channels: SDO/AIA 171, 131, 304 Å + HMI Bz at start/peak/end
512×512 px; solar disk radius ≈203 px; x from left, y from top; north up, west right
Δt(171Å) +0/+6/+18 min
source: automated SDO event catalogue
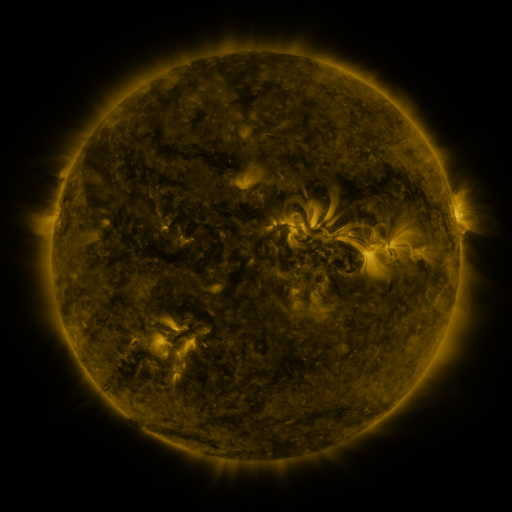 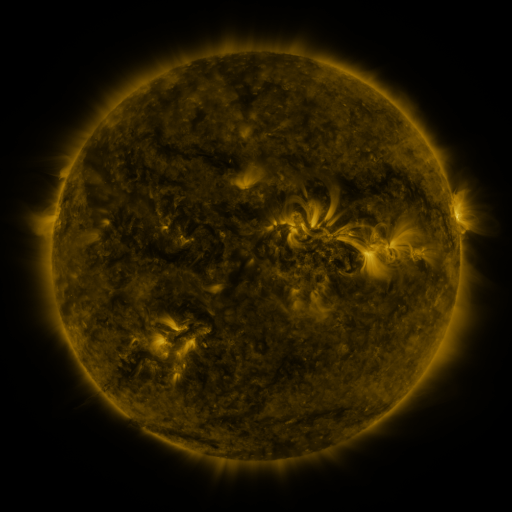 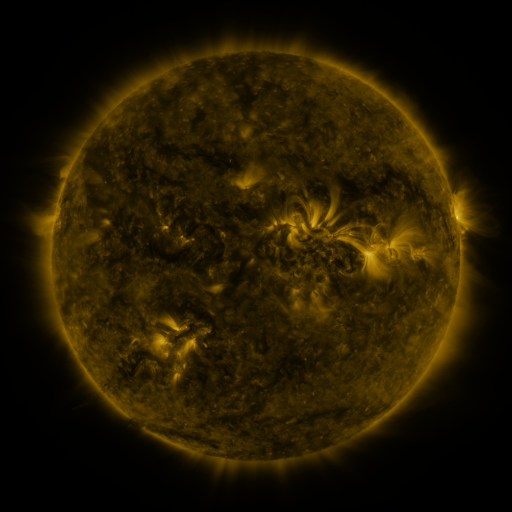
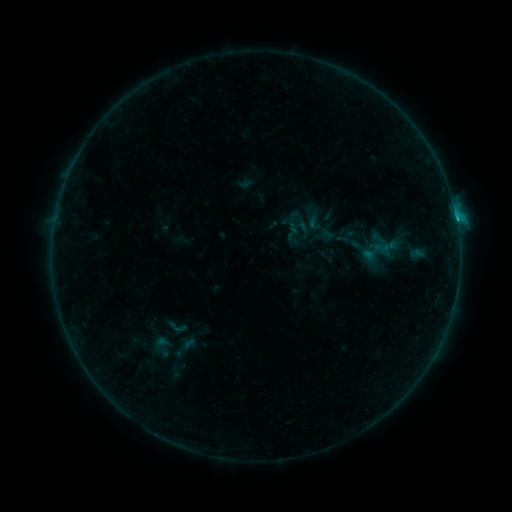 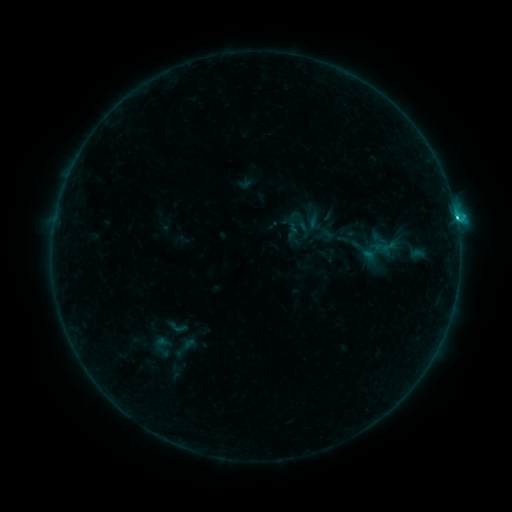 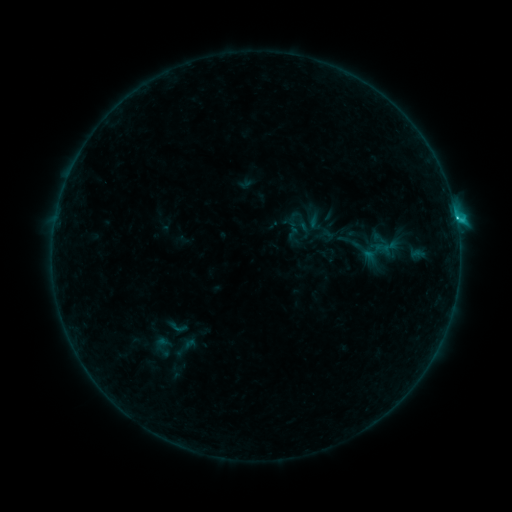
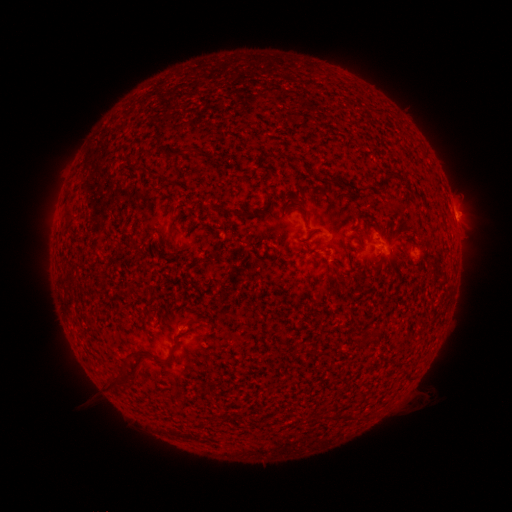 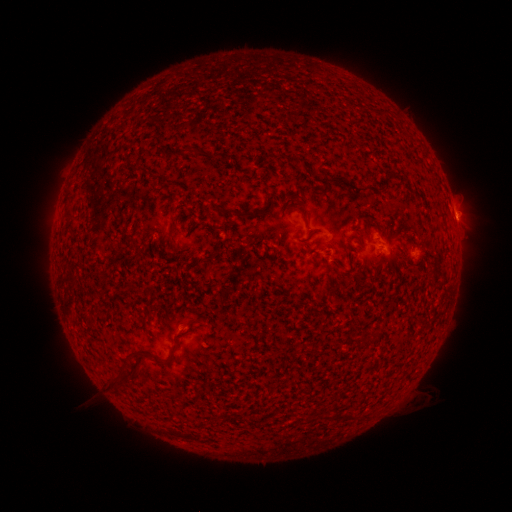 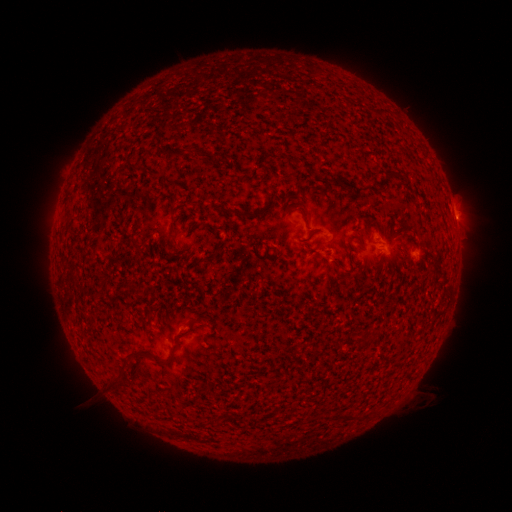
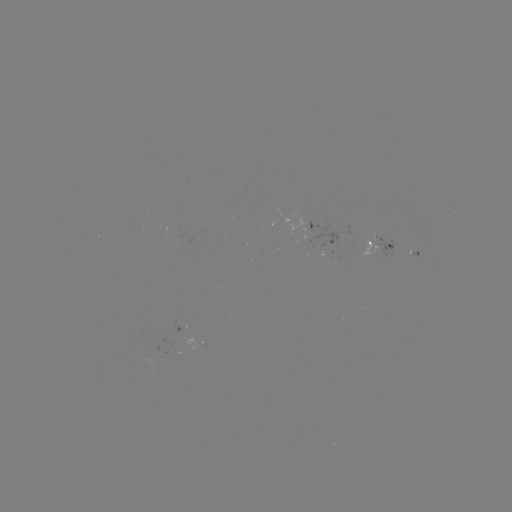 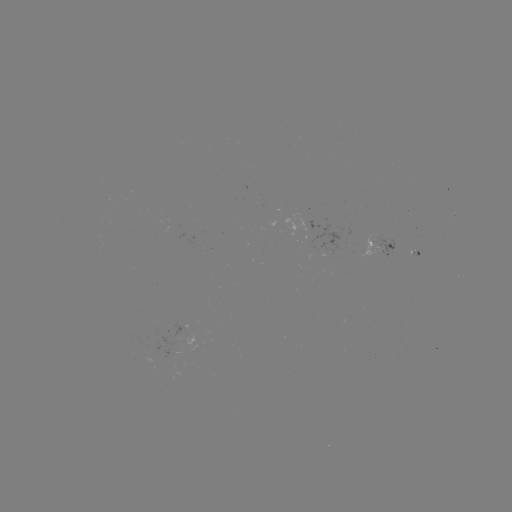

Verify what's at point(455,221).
C1.5 flare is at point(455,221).